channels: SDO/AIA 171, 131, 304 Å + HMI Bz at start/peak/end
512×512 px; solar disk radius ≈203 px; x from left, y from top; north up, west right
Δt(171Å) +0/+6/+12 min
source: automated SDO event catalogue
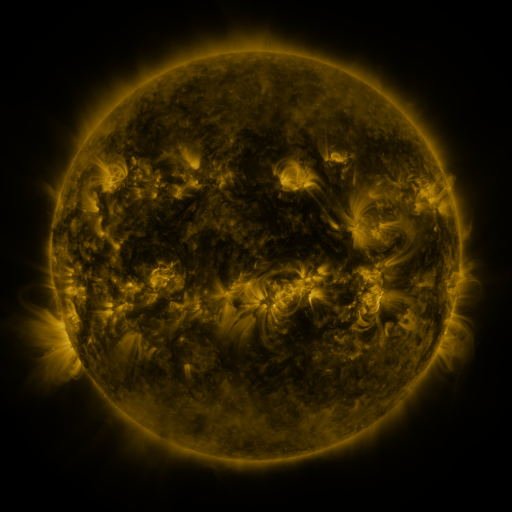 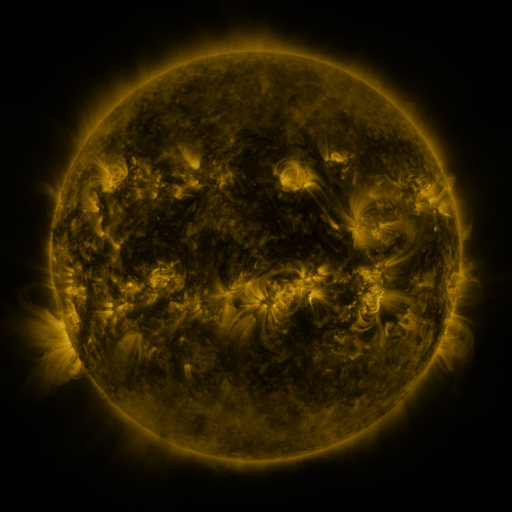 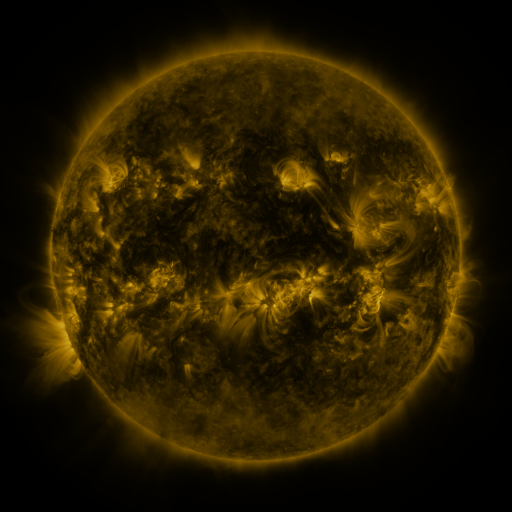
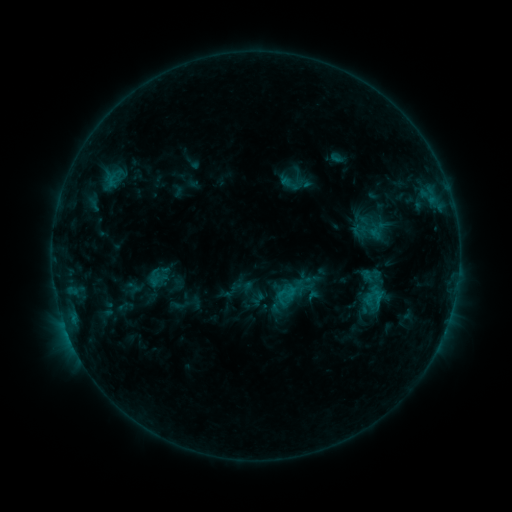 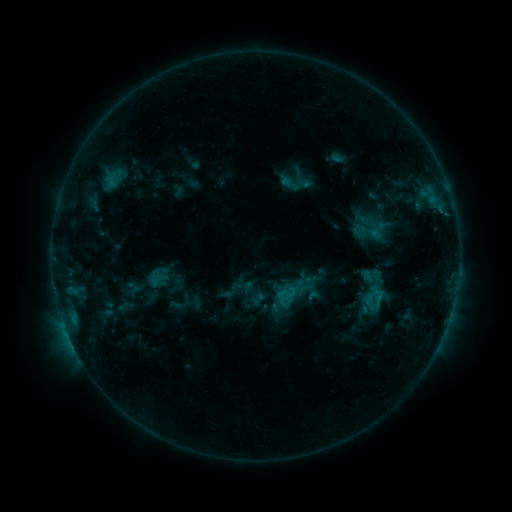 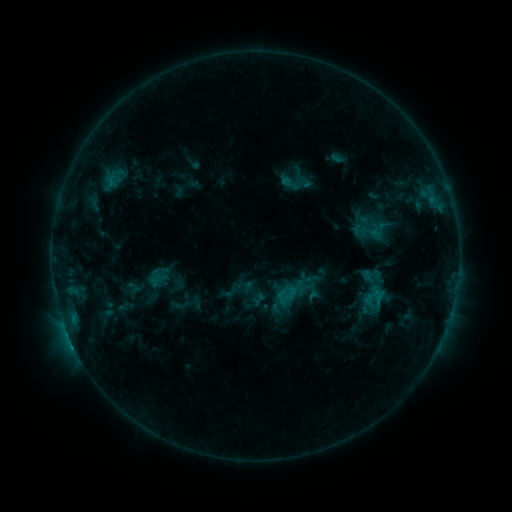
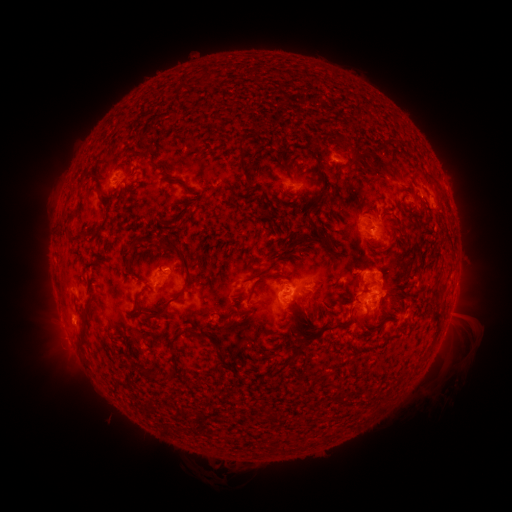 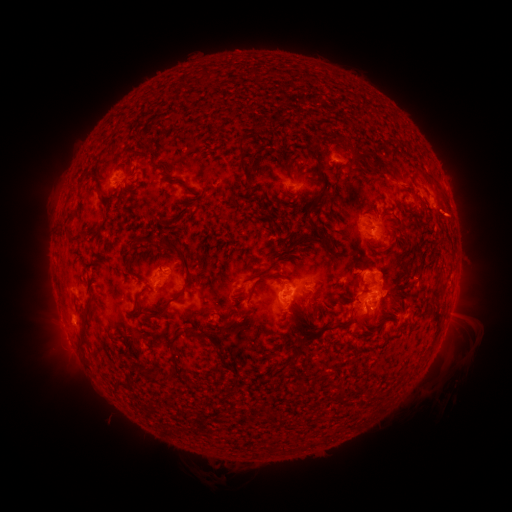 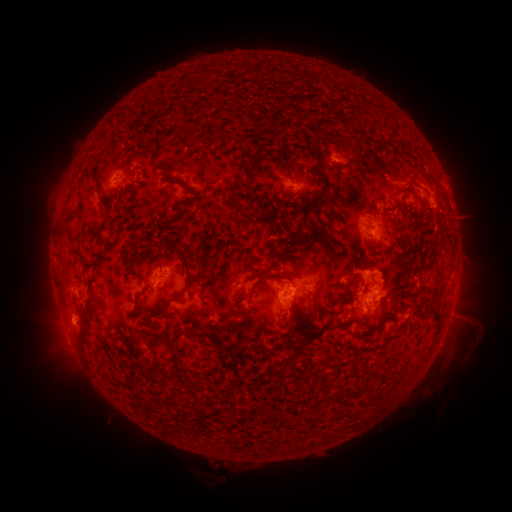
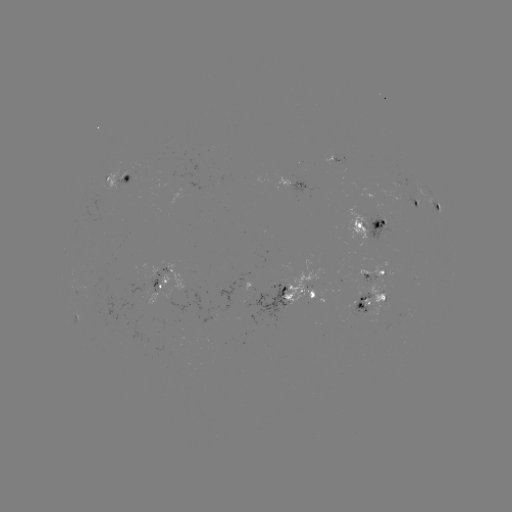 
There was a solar eruption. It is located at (453, 216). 